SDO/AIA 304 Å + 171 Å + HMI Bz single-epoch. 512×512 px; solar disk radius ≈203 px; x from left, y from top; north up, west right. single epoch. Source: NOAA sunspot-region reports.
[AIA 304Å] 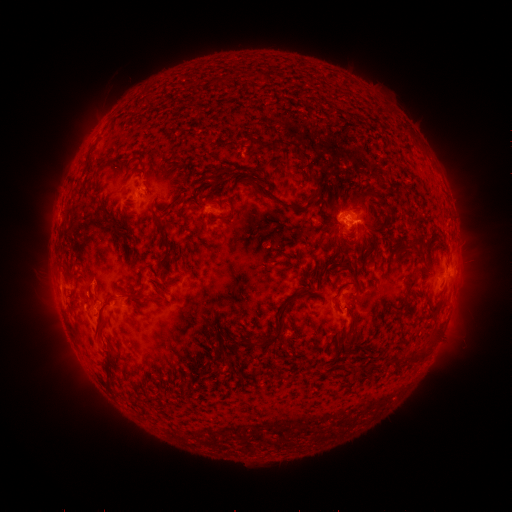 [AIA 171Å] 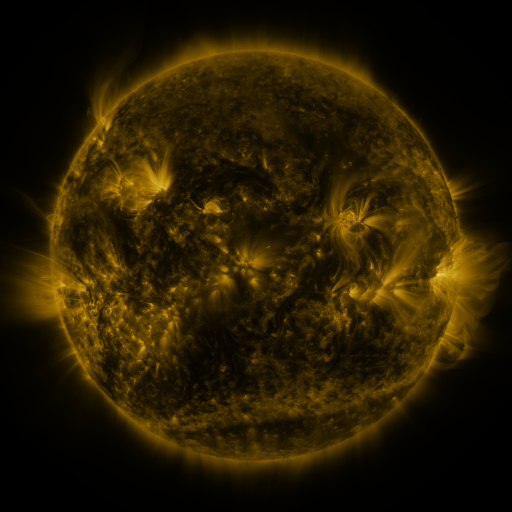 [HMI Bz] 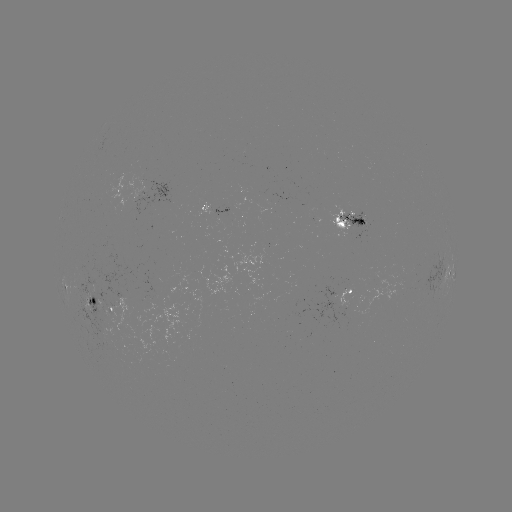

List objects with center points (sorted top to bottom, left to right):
spotted active region: (133, 199)
spotted active region: (217, 210)
spotted active region: (354, 218)
spotted active region: (447, 272)
spotted active region: (65, 286)
spotted active region: (351, 293)
spotted active region: (107, 310)
